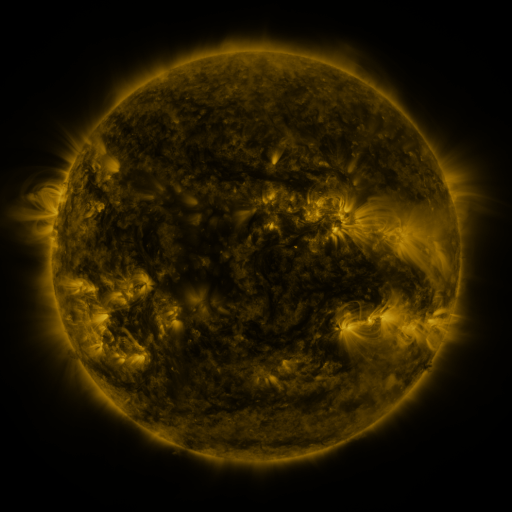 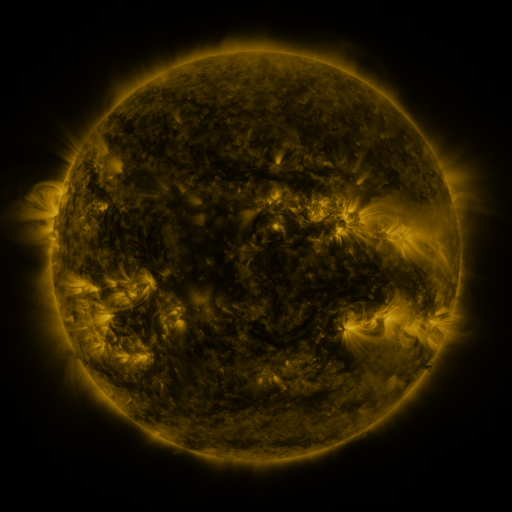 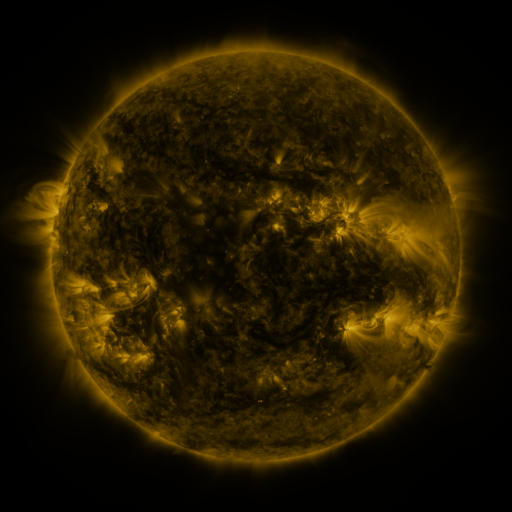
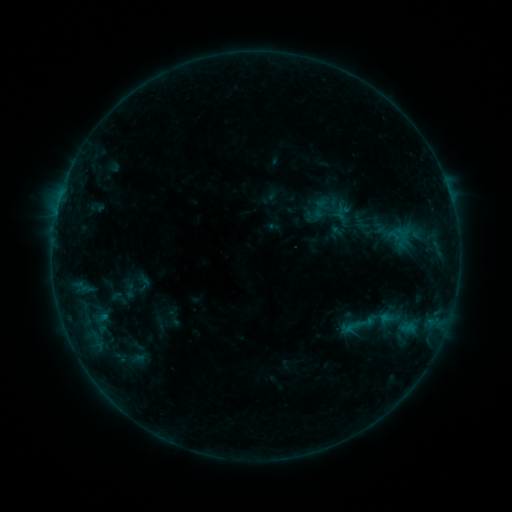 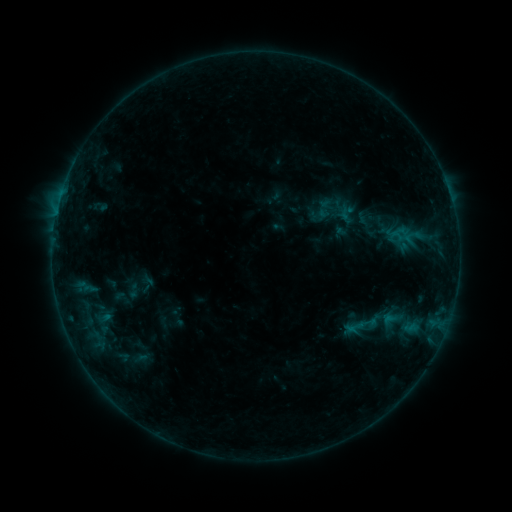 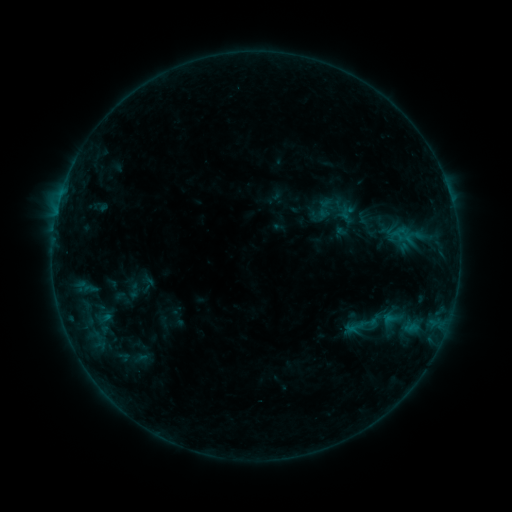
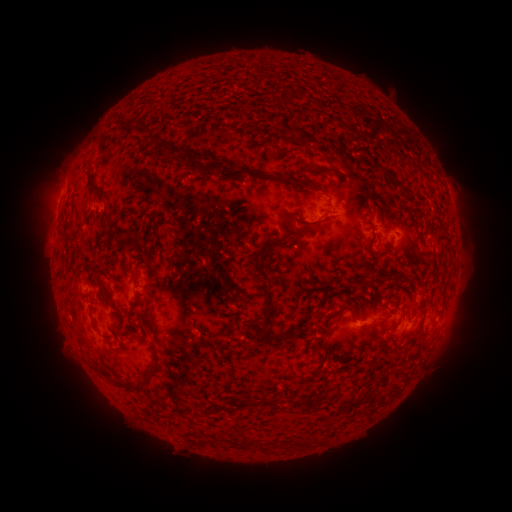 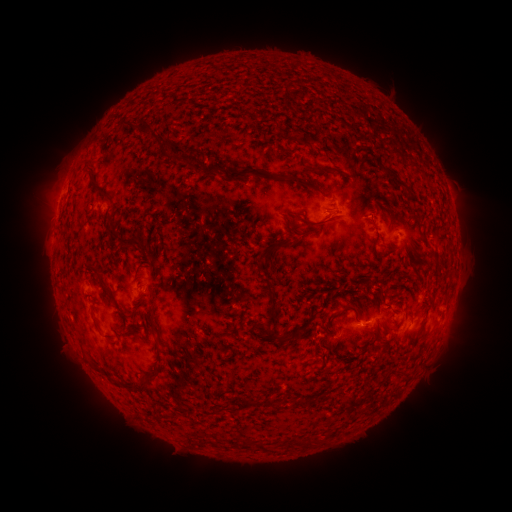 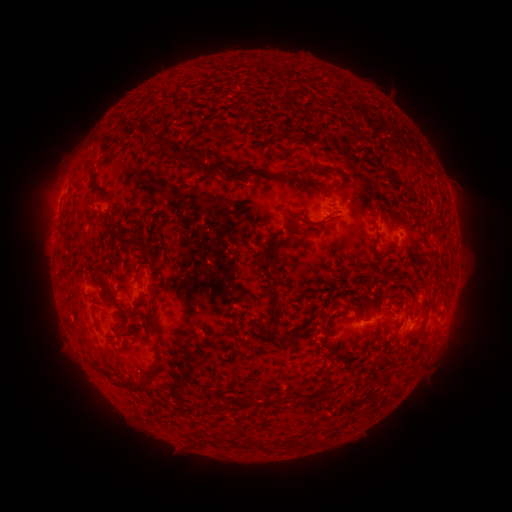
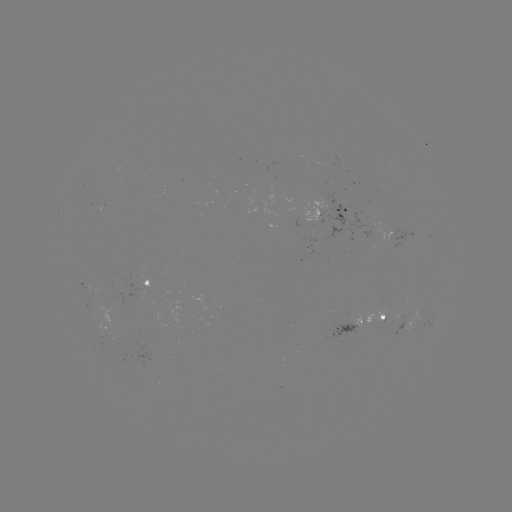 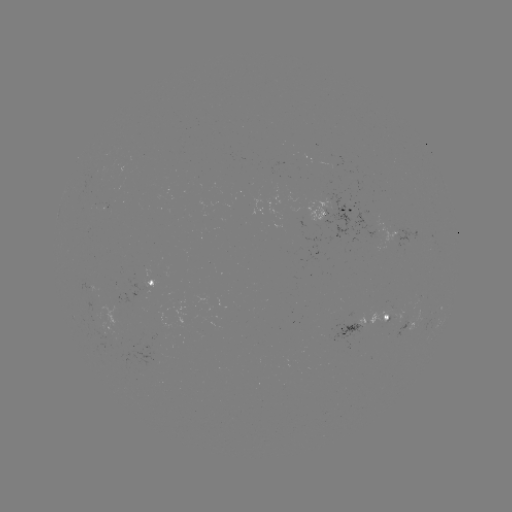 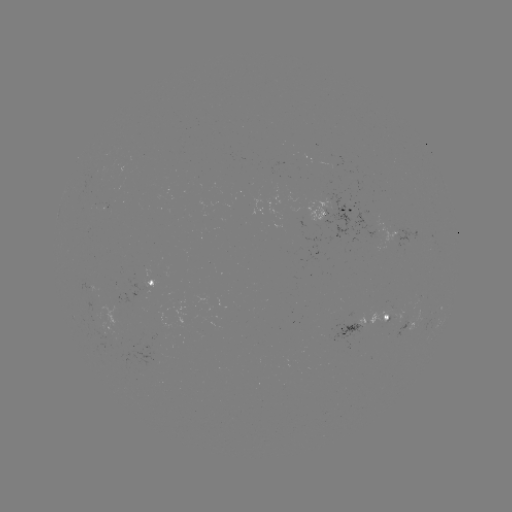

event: emerging-flux region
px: (107, 336)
